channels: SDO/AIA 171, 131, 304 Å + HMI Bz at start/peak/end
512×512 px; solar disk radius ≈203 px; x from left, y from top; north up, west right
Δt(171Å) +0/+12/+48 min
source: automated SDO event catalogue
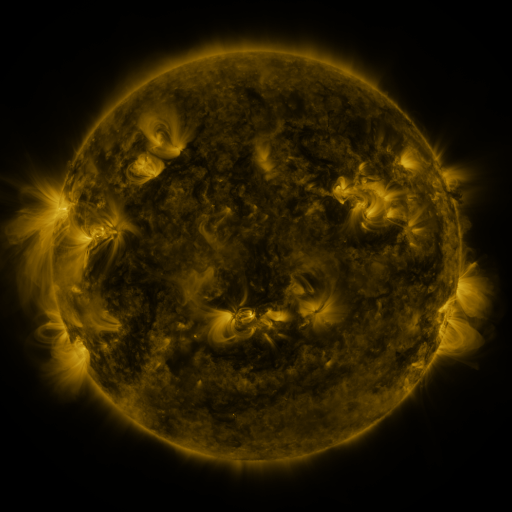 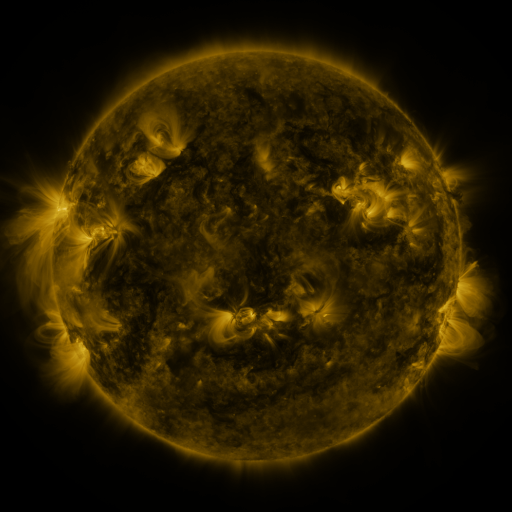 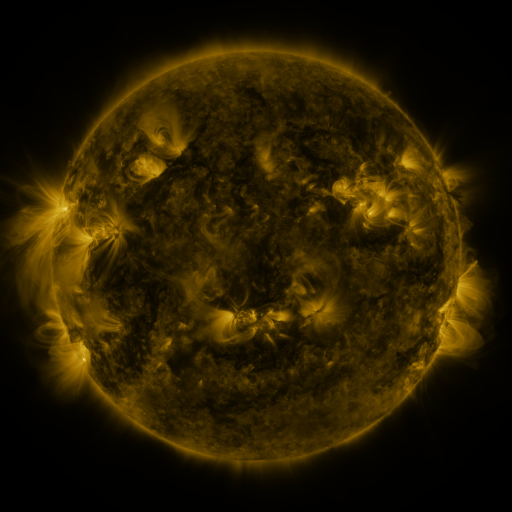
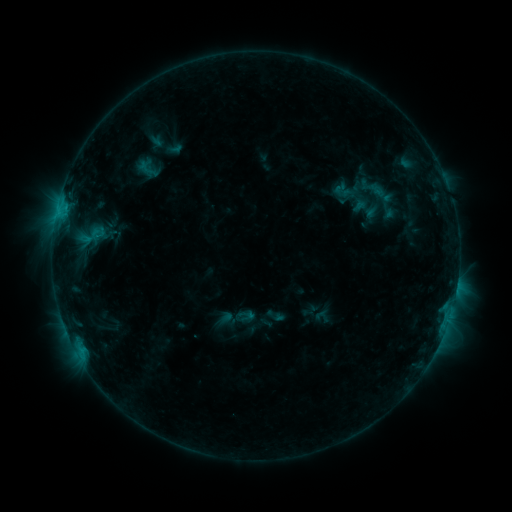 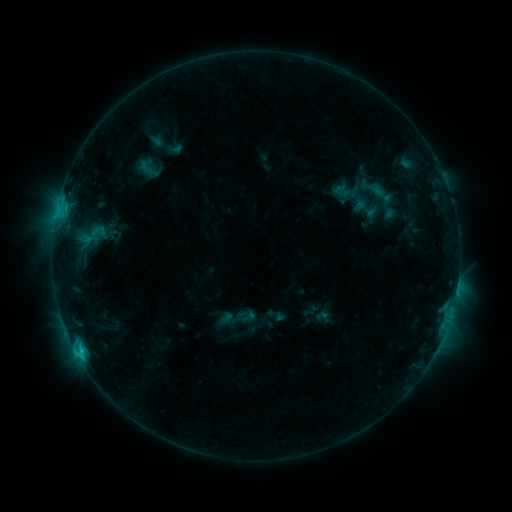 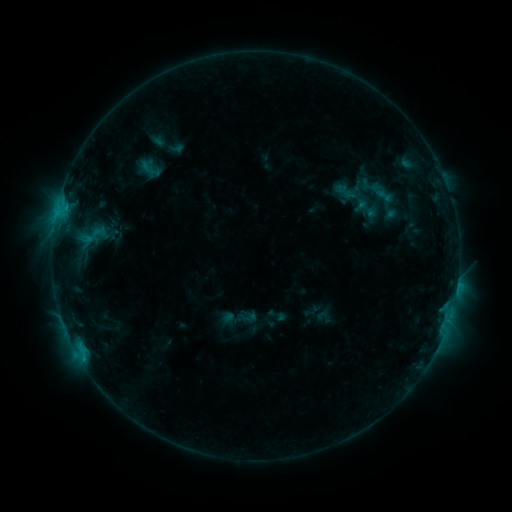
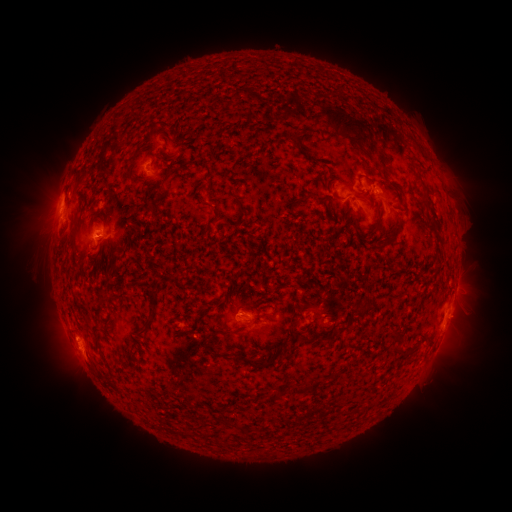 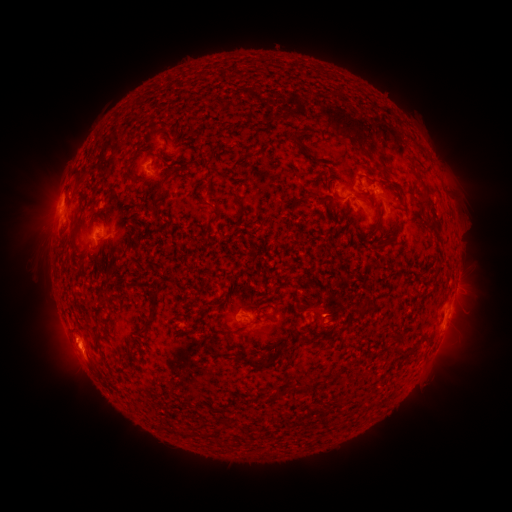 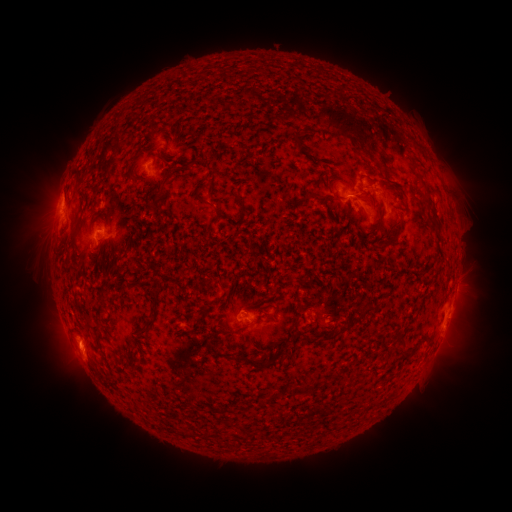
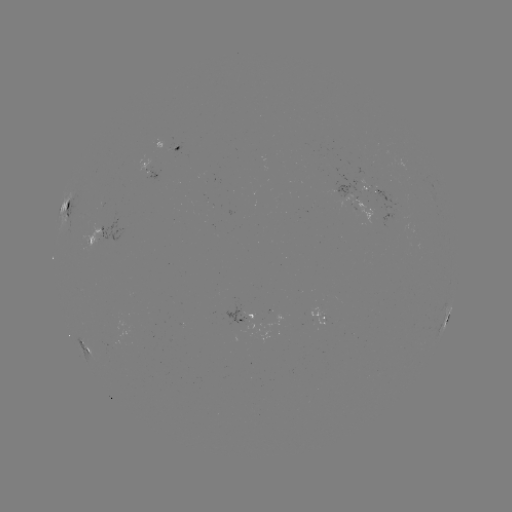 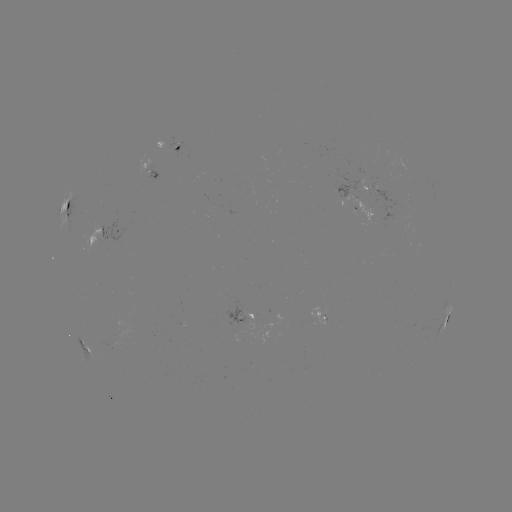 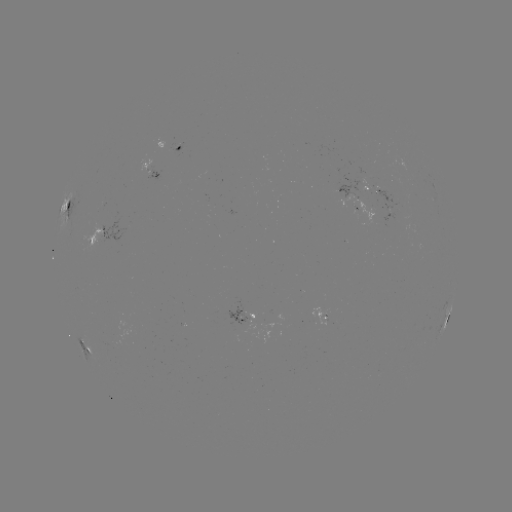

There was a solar flare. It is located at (81, 349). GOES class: C1.4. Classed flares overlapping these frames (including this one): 1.